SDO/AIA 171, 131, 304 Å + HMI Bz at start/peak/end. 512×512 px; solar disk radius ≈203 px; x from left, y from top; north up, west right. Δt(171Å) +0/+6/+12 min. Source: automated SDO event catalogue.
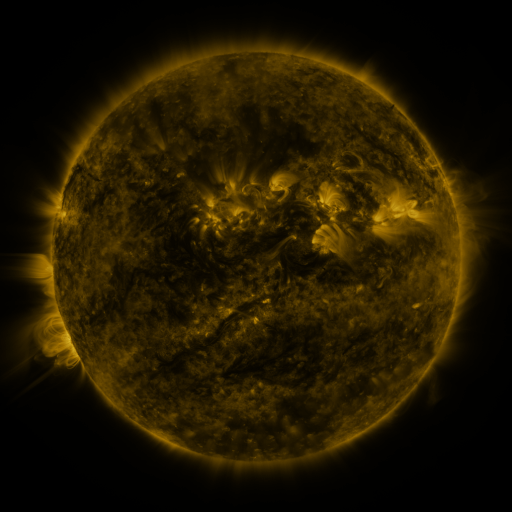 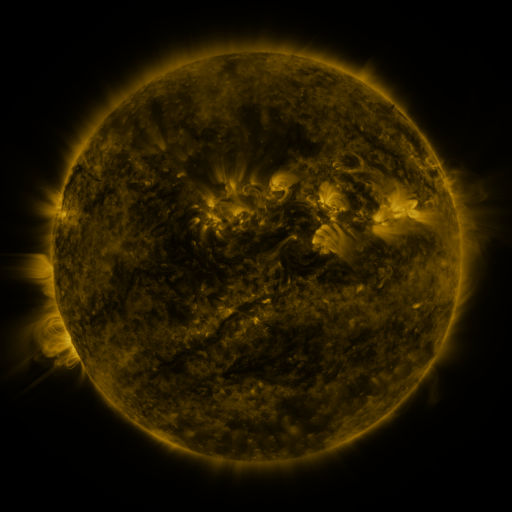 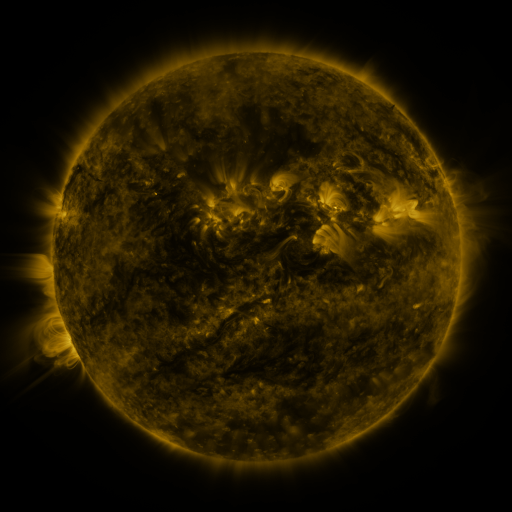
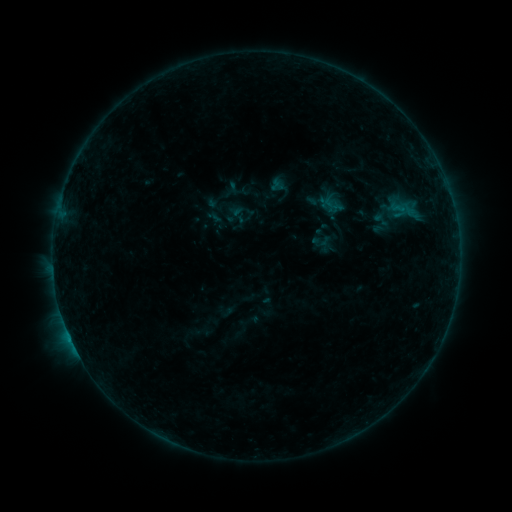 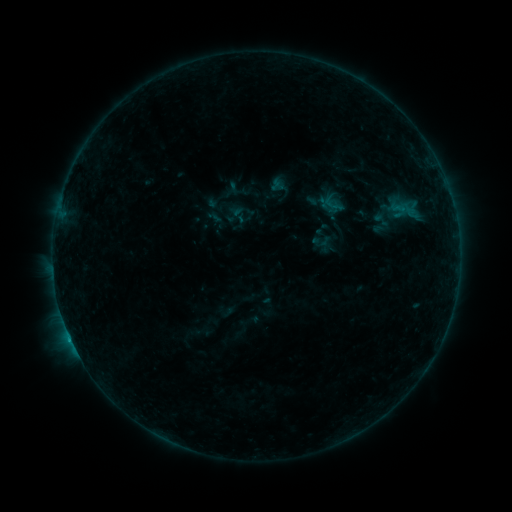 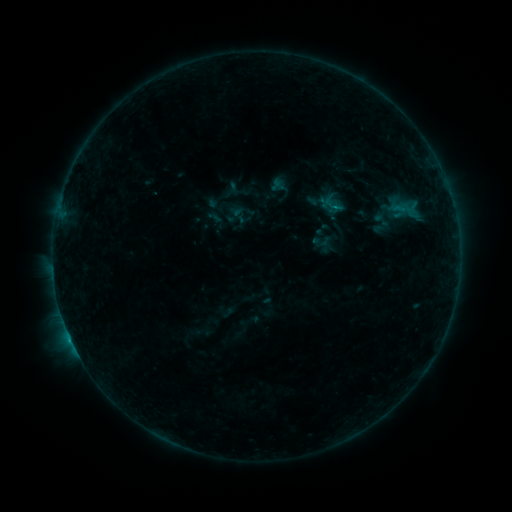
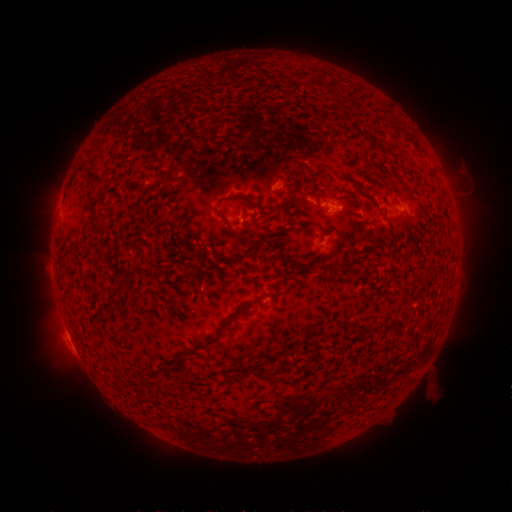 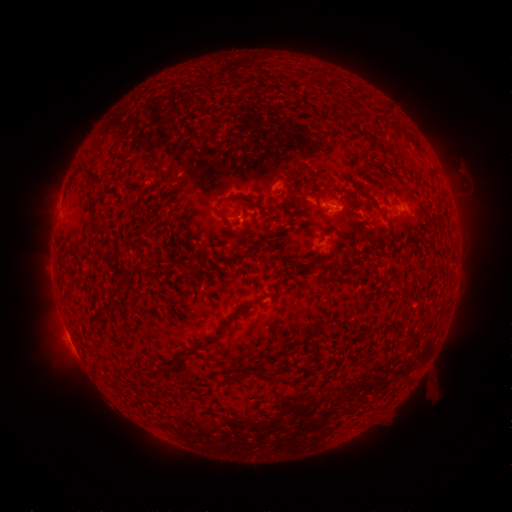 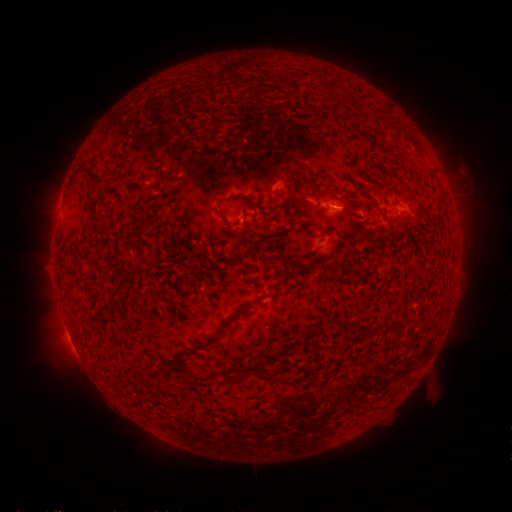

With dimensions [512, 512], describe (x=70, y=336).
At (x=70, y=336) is B4.6 flare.